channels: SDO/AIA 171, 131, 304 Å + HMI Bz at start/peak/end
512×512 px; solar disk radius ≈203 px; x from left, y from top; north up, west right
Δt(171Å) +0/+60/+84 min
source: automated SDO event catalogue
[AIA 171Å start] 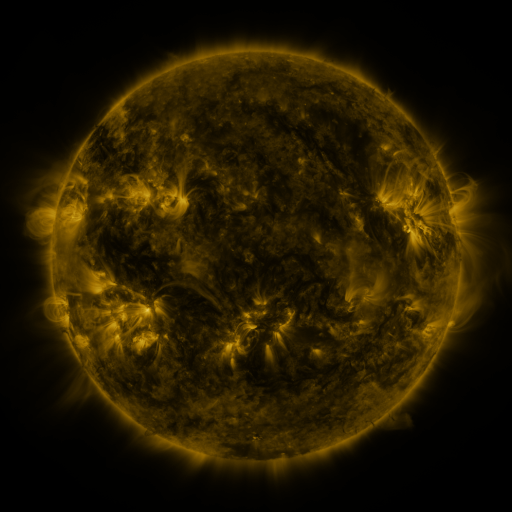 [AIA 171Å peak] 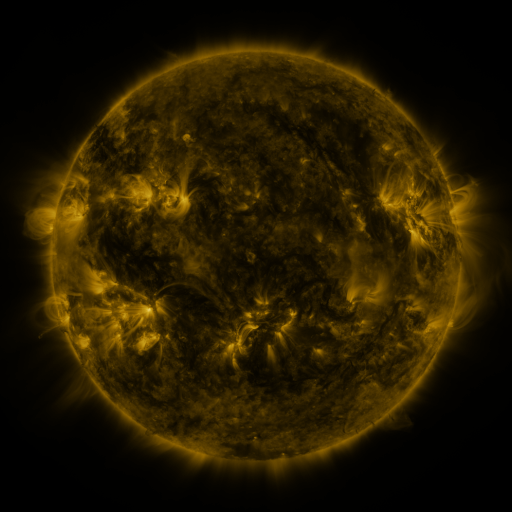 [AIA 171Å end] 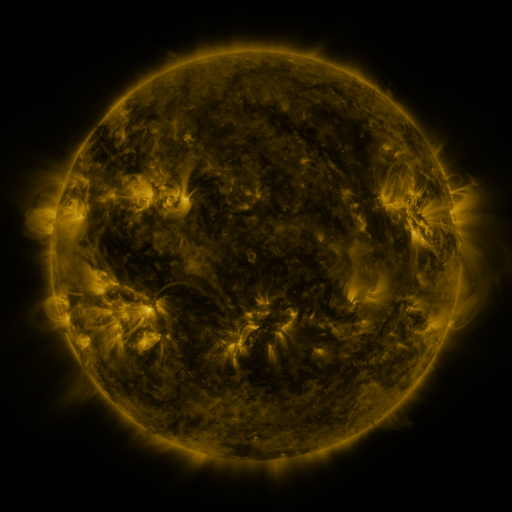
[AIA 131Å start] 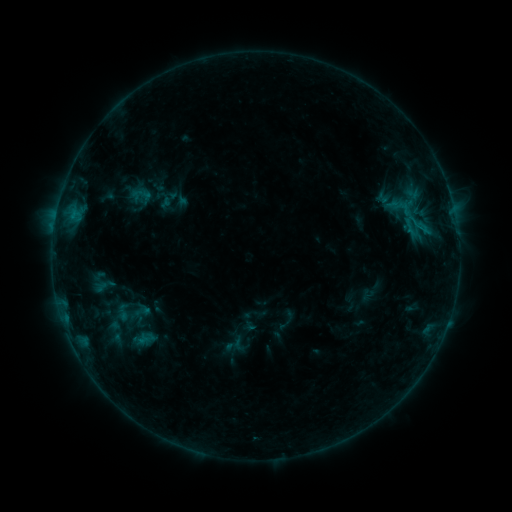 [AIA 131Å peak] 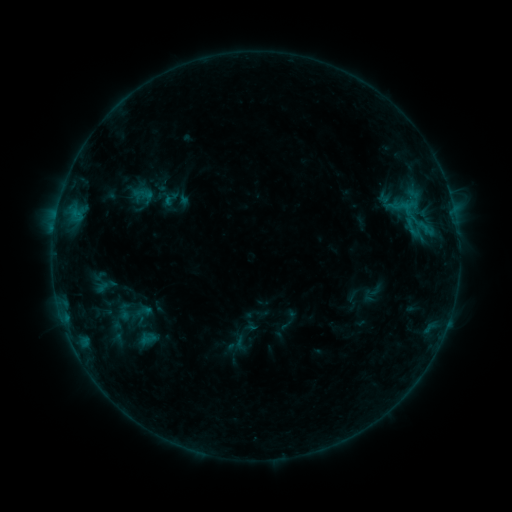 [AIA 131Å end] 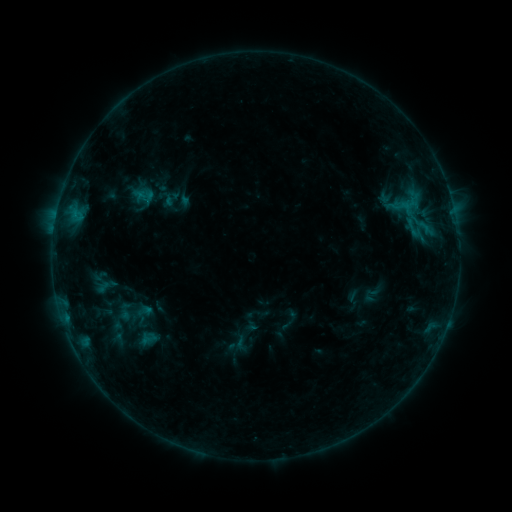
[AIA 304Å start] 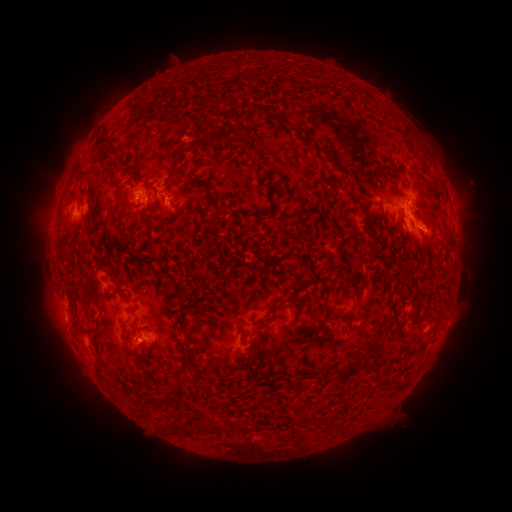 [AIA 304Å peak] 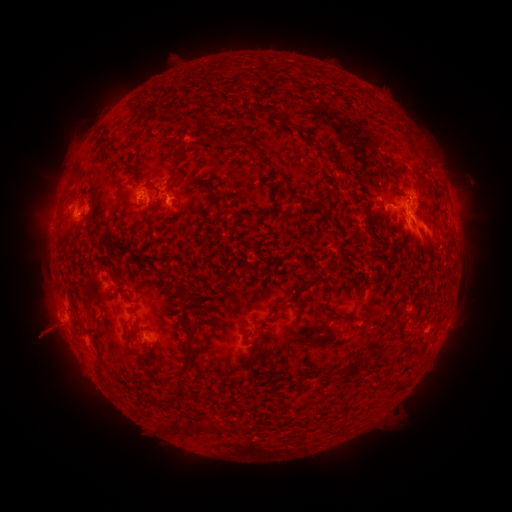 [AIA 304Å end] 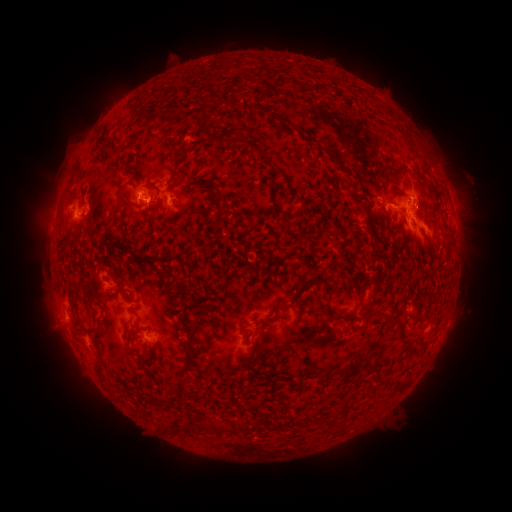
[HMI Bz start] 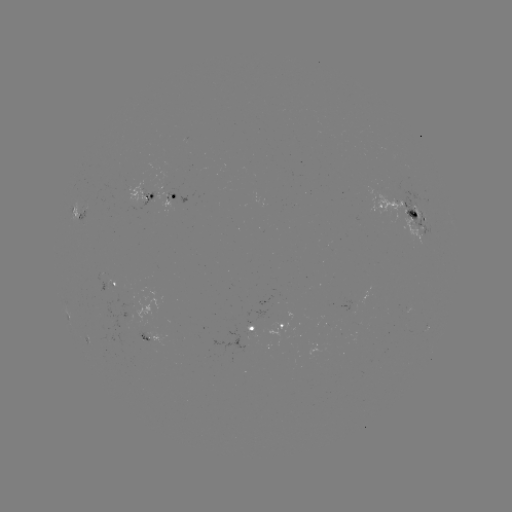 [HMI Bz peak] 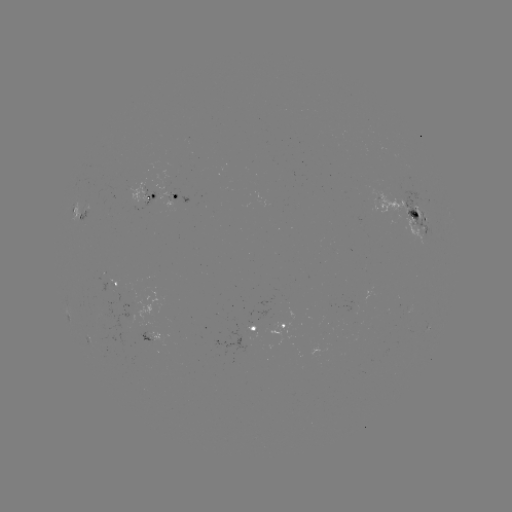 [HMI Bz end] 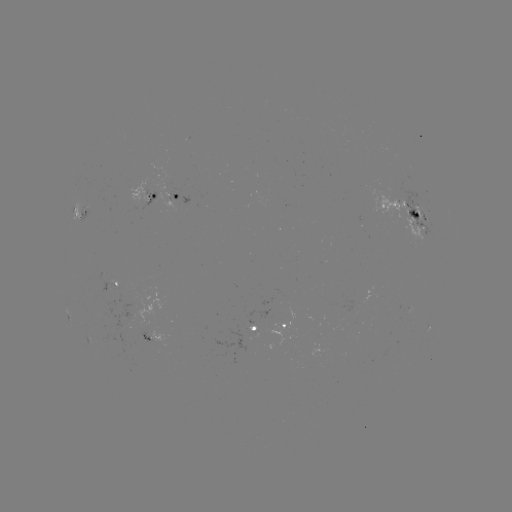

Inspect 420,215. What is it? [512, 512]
emerging-flux region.